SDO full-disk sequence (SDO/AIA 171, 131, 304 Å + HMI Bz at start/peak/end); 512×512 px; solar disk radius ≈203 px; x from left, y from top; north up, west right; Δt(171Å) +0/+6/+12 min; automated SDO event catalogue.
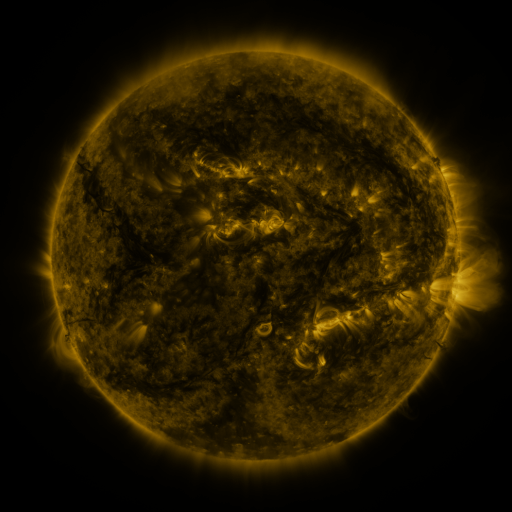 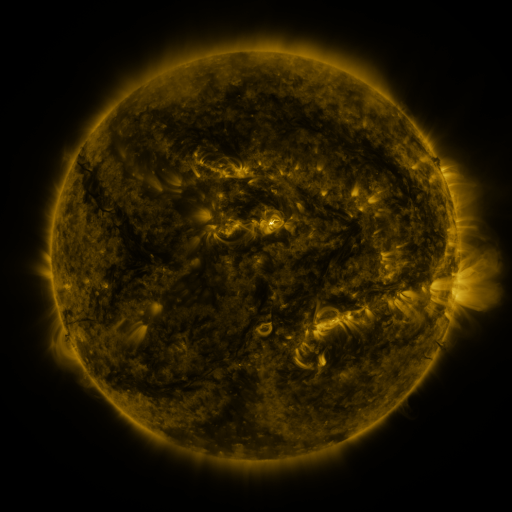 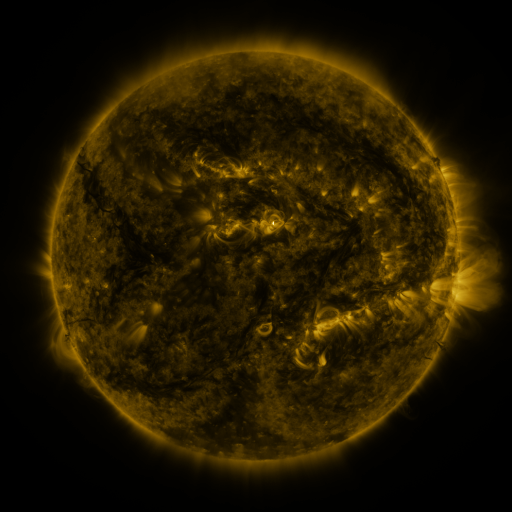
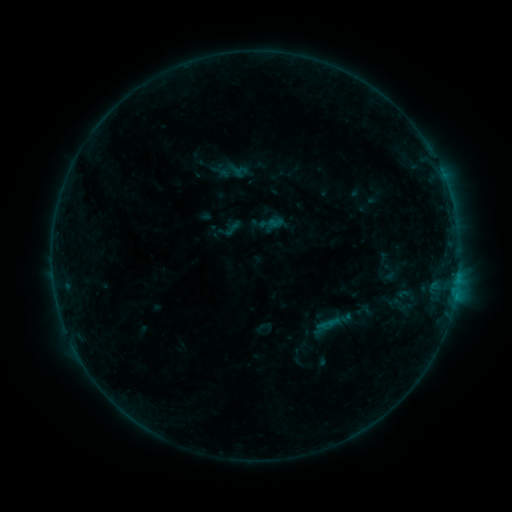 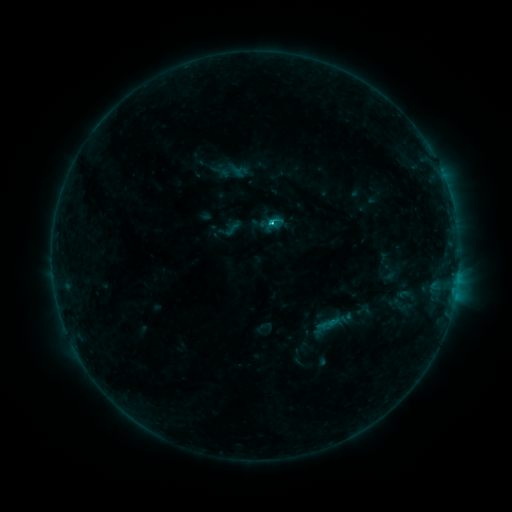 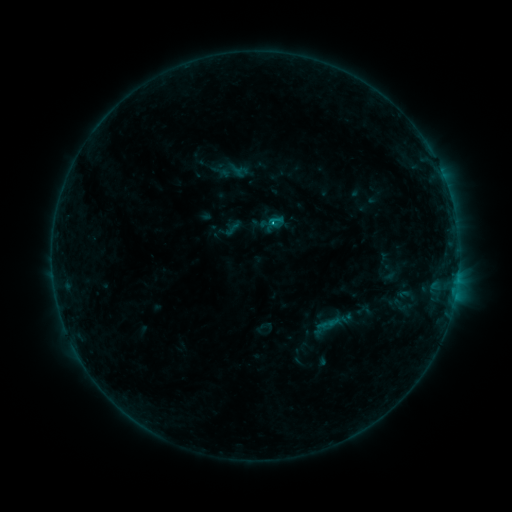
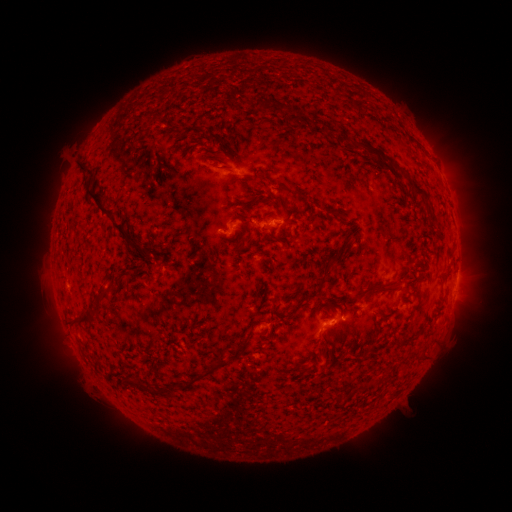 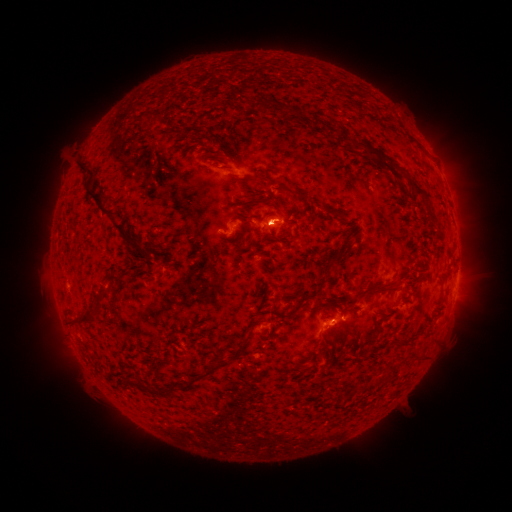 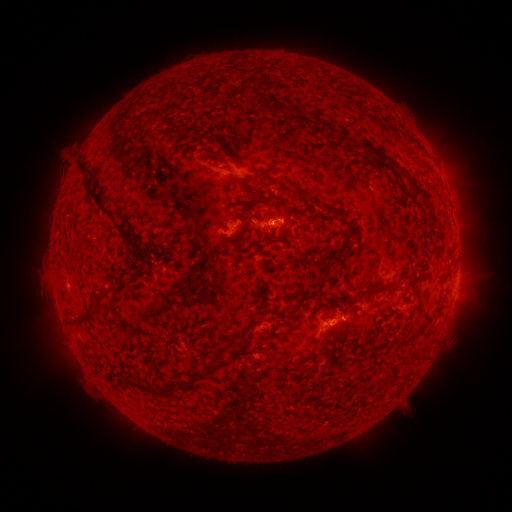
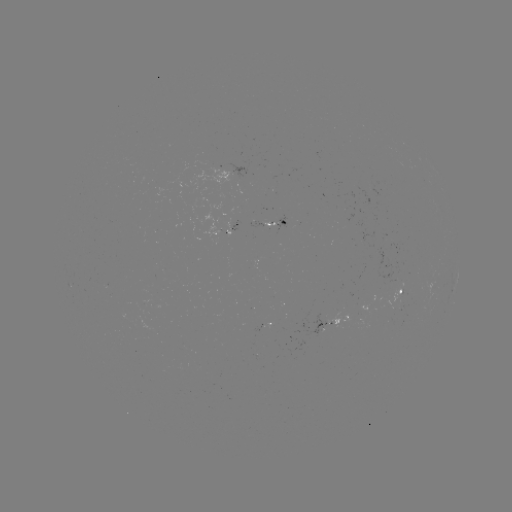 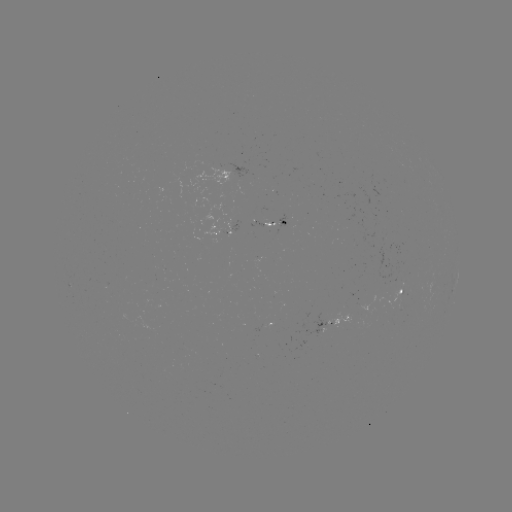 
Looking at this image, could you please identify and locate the C1.0 flare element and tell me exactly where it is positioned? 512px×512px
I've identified C1.0 flare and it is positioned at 270,224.